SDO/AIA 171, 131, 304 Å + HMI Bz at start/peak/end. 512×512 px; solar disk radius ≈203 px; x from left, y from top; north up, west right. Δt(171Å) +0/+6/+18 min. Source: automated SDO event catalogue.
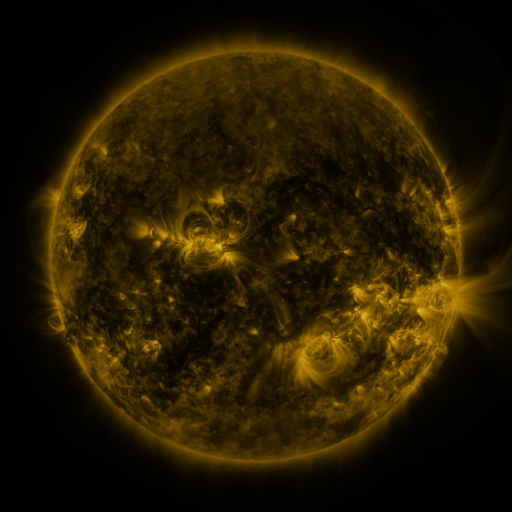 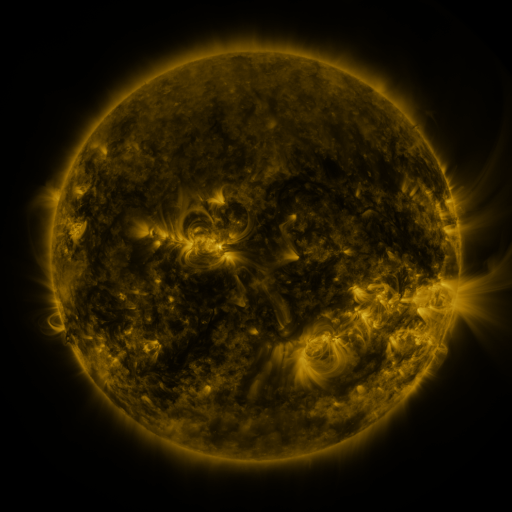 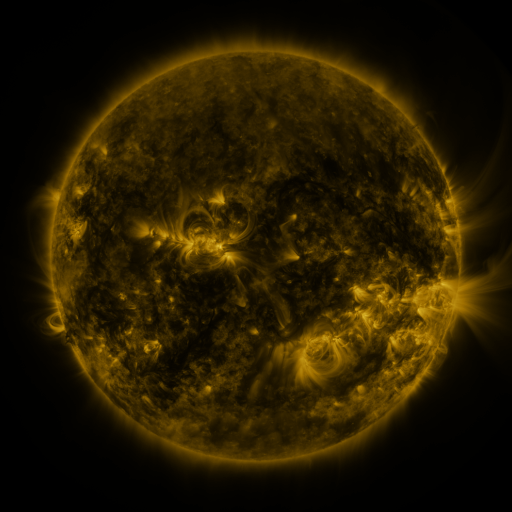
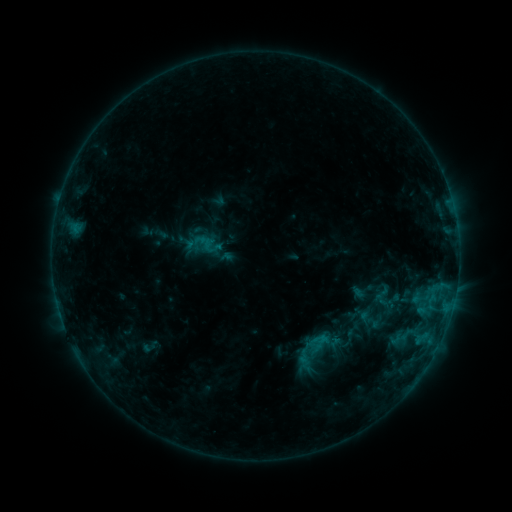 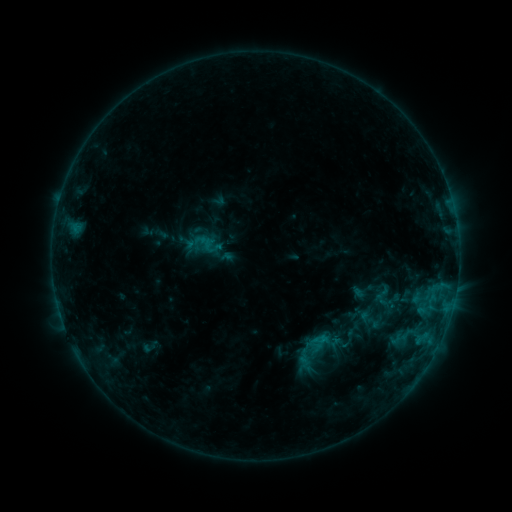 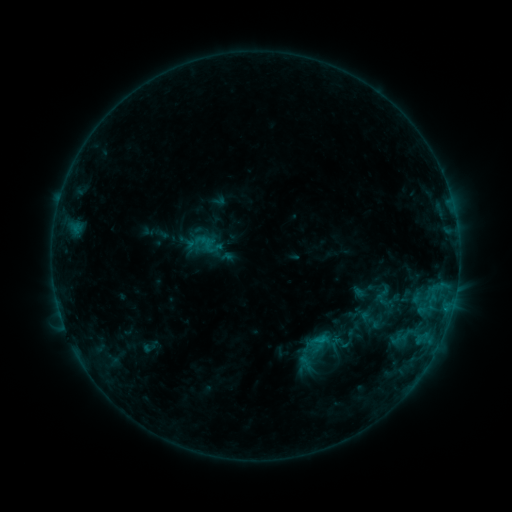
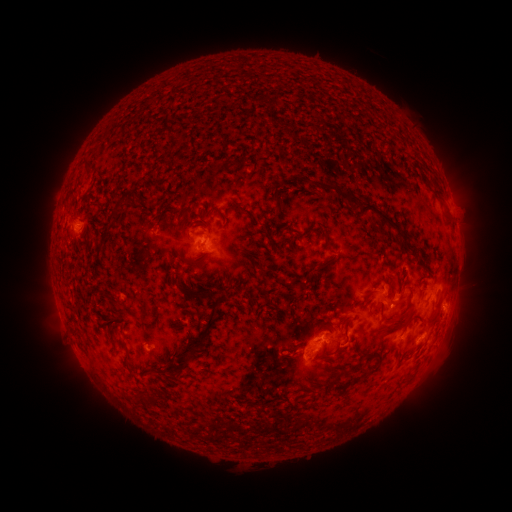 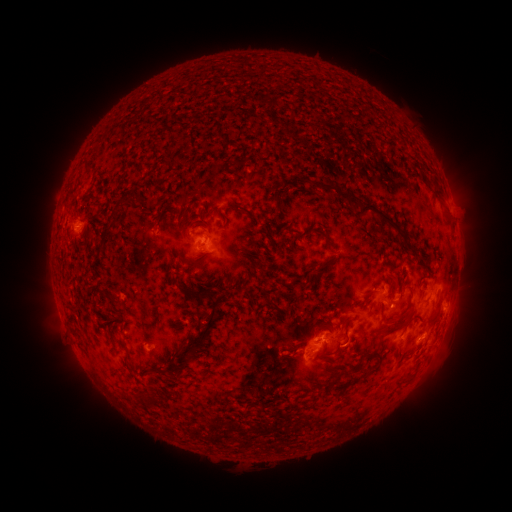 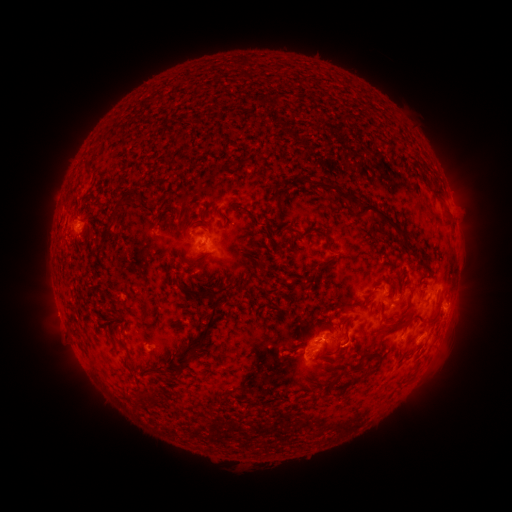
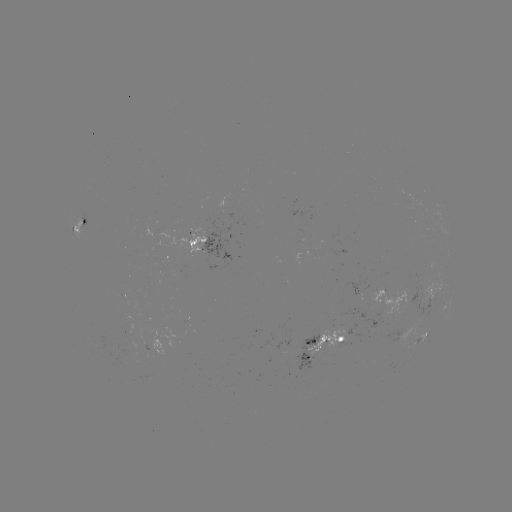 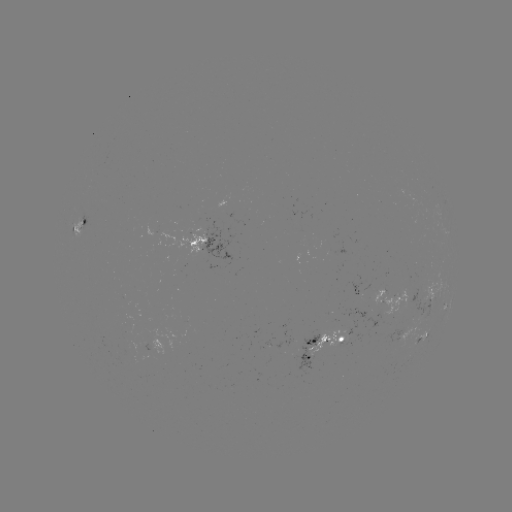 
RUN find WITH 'B7.7 flare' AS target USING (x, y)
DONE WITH (319, 338) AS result